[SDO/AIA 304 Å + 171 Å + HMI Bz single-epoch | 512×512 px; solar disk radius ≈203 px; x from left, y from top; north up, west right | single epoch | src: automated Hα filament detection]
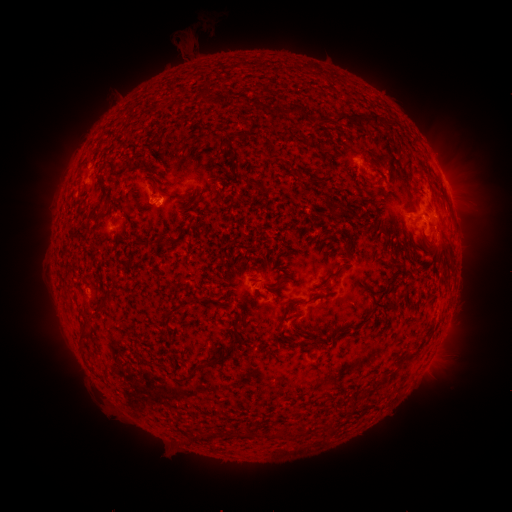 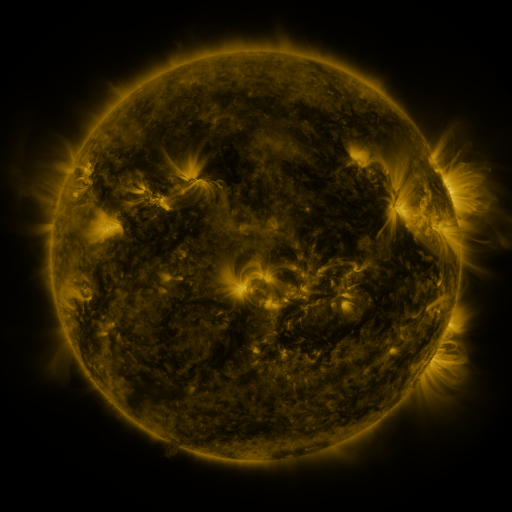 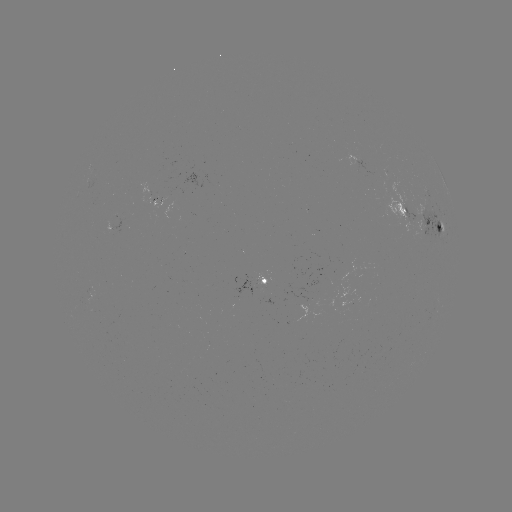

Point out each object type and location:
filament: (205, 90)
filament: (277, 112)
filament: (360, 117)
filament: (230, 154)
filament: (323, 156)
filament: (254, 182)
filament: (319, 182)
filament: (180, 199)
filament: (333, 210)
filament: (347, 211)
filament: (172, 242)
filament: (329, 275)
filament: (261, 295)
filament: (294, 300)
filament: (393, 300)
filament: (106, 301)
filament: (238, 319)
filament: (87, 322)
filament: (320, 339)
filament: (411, 353)
filament: (222, 355)
filament: (392, 372)
filament: (370, 390)
filament: (245, 435)
